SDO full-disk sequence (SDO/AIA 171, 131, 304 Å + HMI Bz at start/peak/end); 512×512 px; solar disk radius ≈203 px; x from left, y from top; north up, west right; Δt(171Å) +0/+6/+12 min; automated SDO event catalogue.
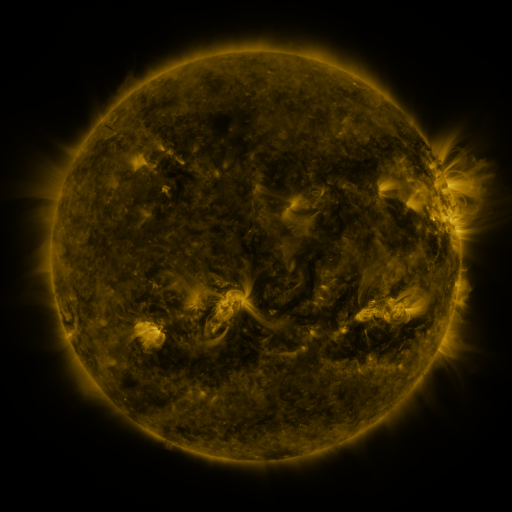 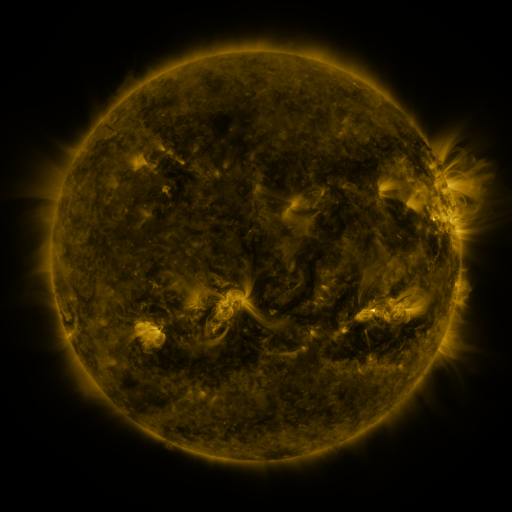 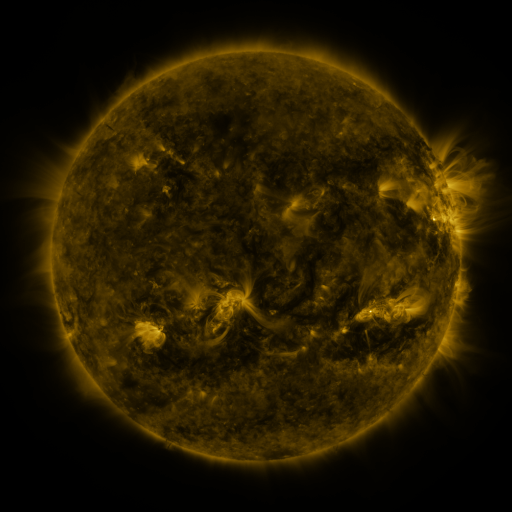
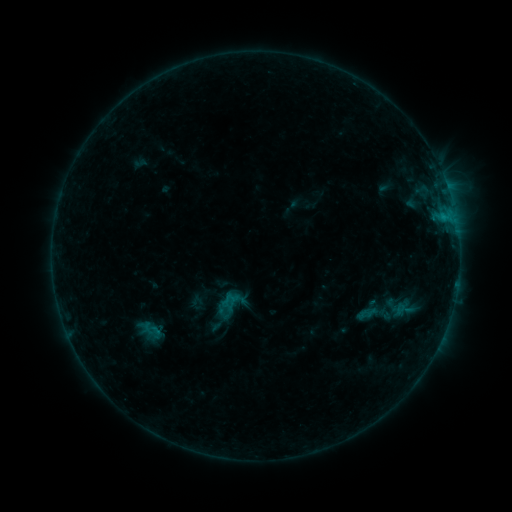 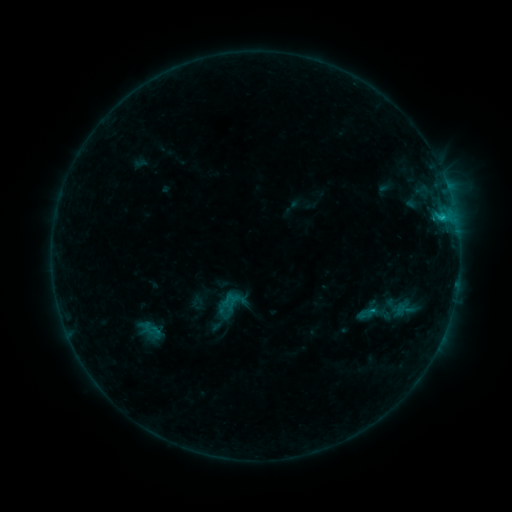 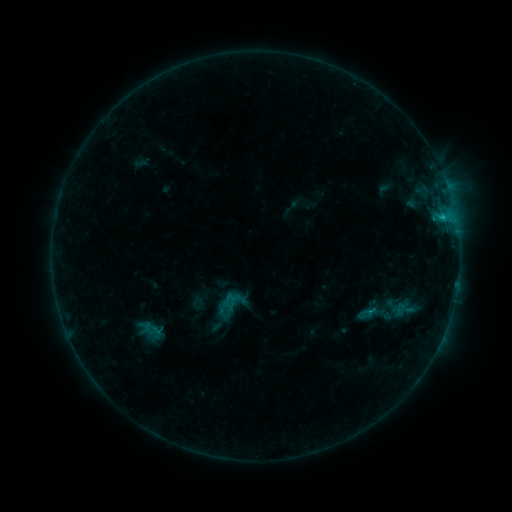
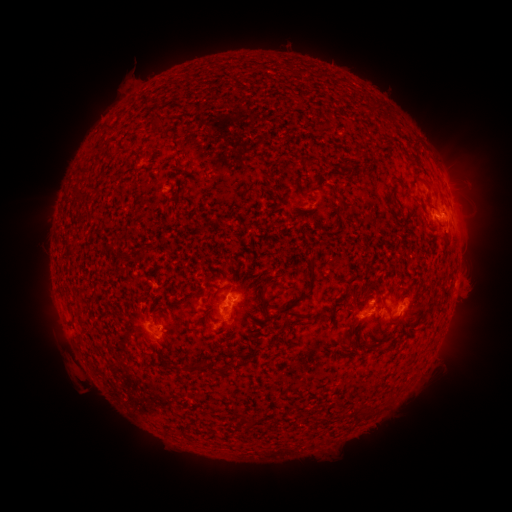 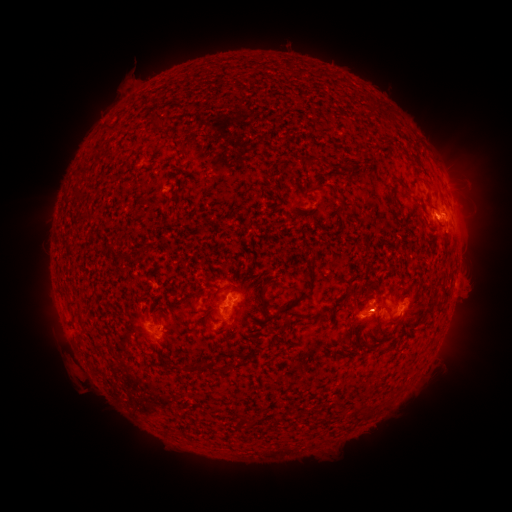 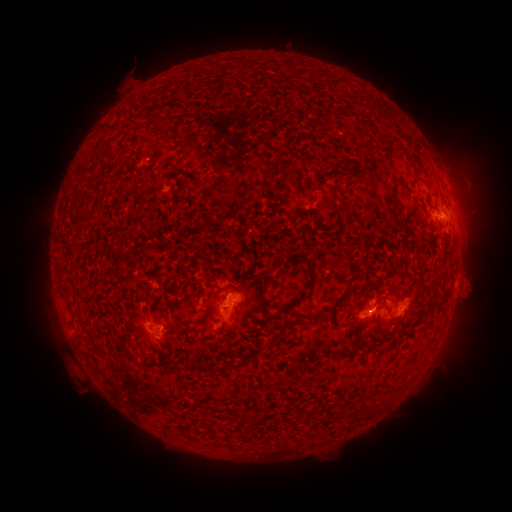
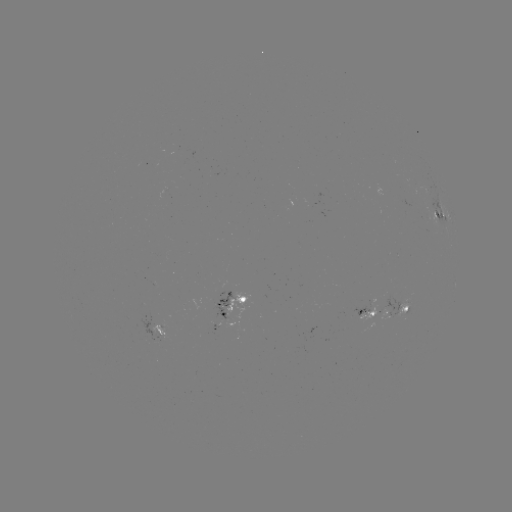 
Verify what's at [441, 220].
B7.2 flare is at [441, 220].